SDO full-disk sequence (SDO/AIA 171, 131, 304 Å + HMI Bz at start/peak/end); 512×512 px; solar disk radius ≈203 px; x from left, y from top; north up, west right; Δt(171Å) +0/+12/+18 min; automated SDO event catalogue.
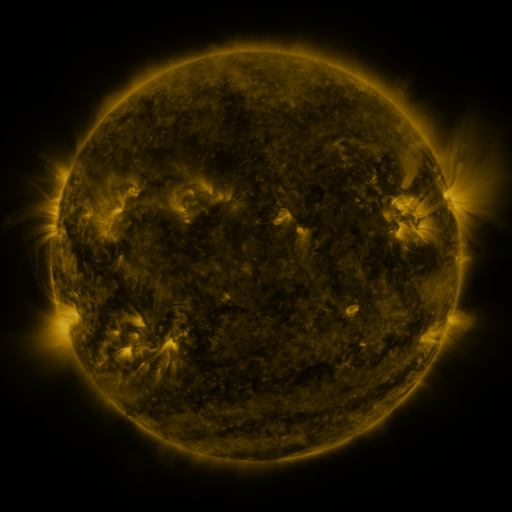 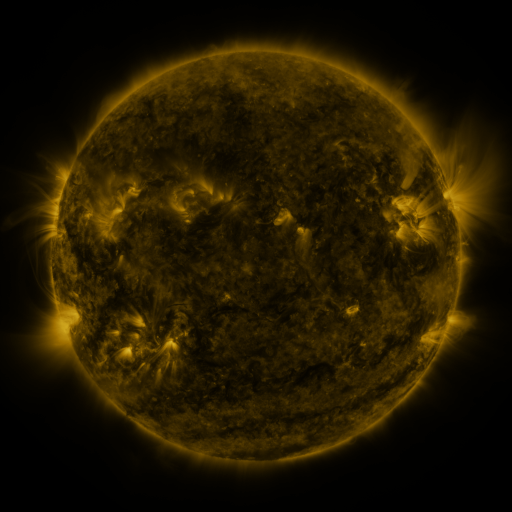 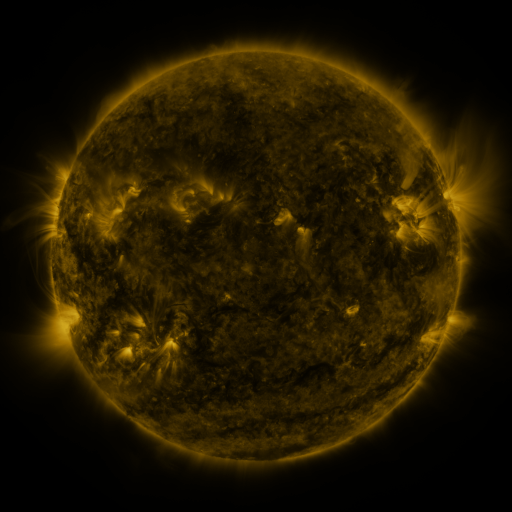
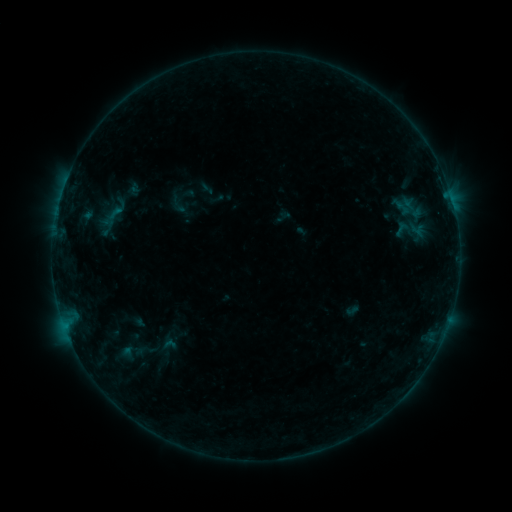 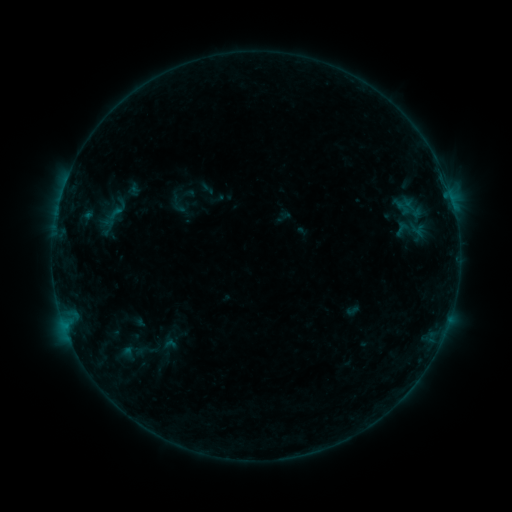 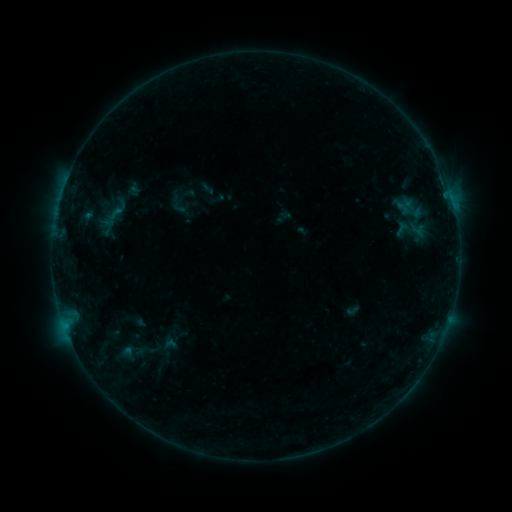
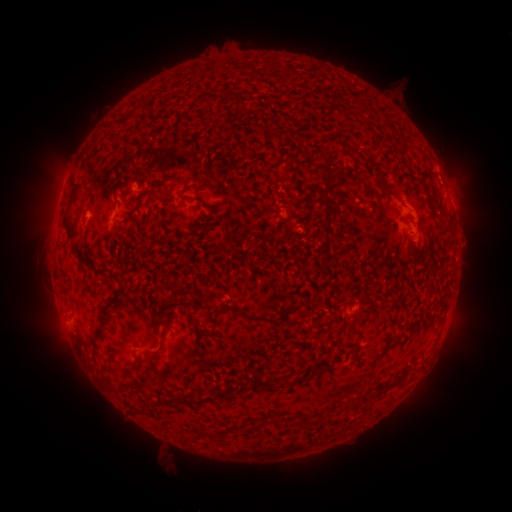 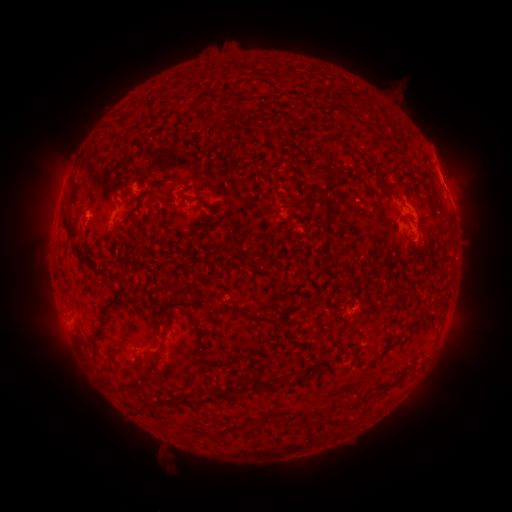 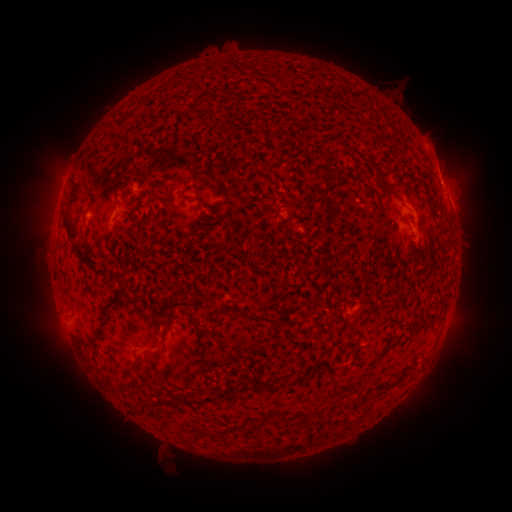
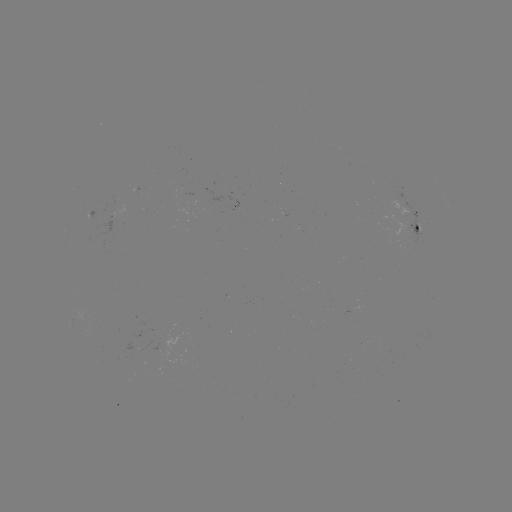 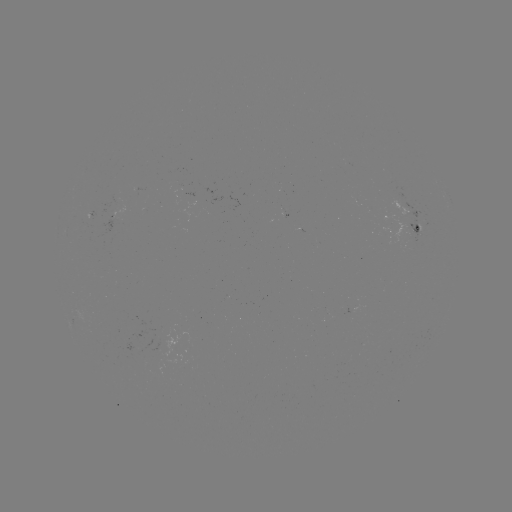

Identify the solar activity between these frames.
eruption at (468, 229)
